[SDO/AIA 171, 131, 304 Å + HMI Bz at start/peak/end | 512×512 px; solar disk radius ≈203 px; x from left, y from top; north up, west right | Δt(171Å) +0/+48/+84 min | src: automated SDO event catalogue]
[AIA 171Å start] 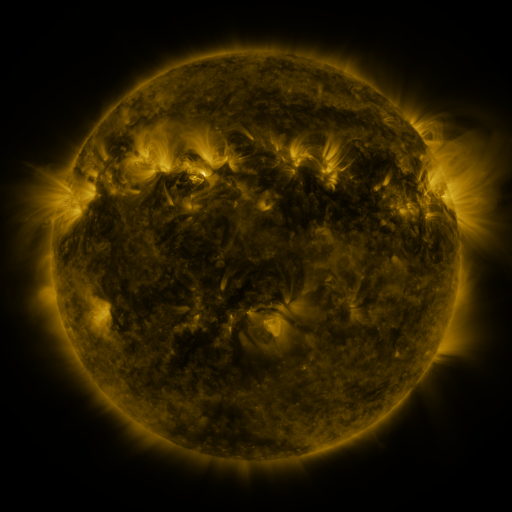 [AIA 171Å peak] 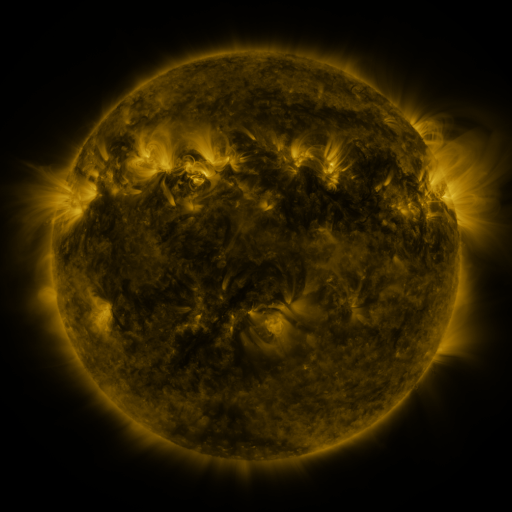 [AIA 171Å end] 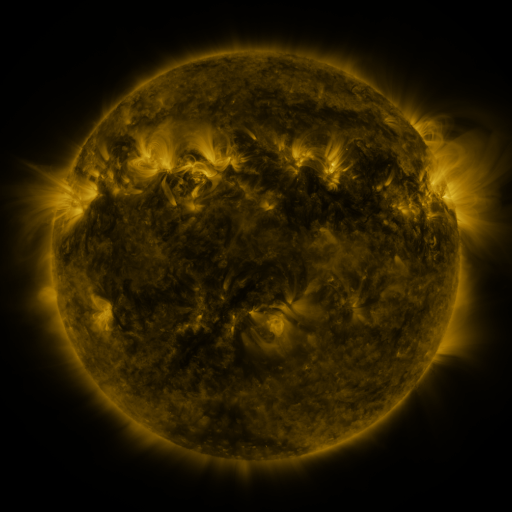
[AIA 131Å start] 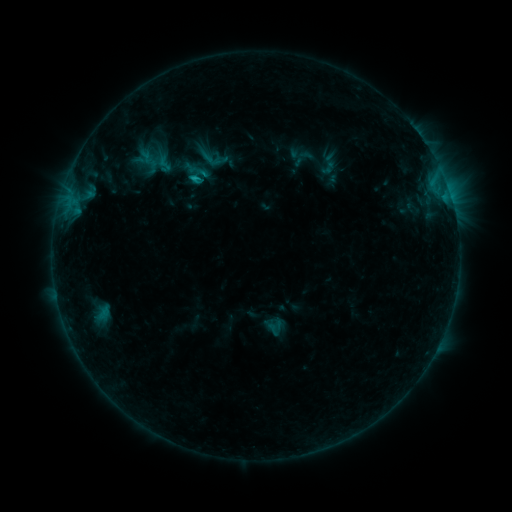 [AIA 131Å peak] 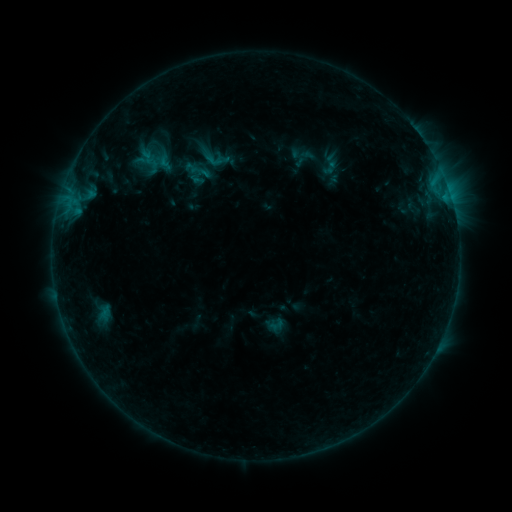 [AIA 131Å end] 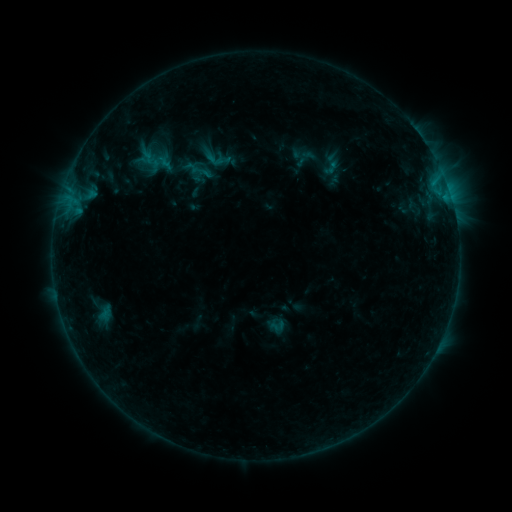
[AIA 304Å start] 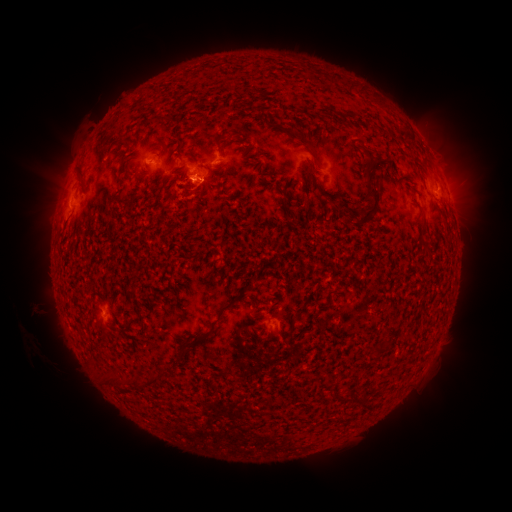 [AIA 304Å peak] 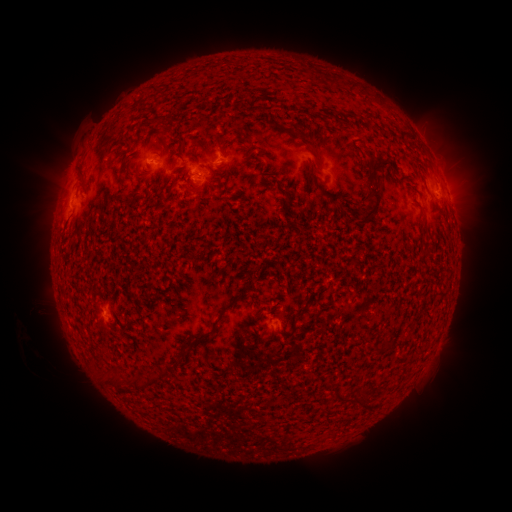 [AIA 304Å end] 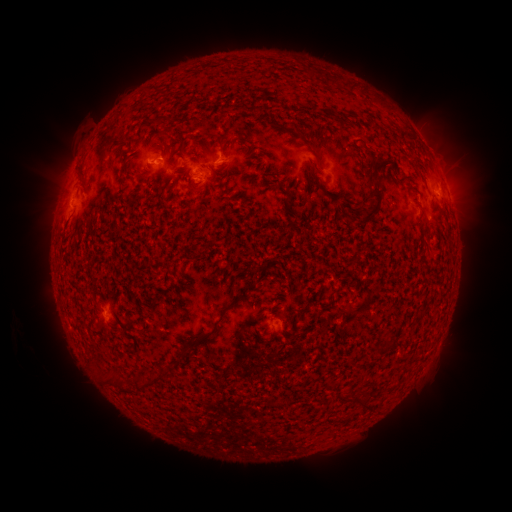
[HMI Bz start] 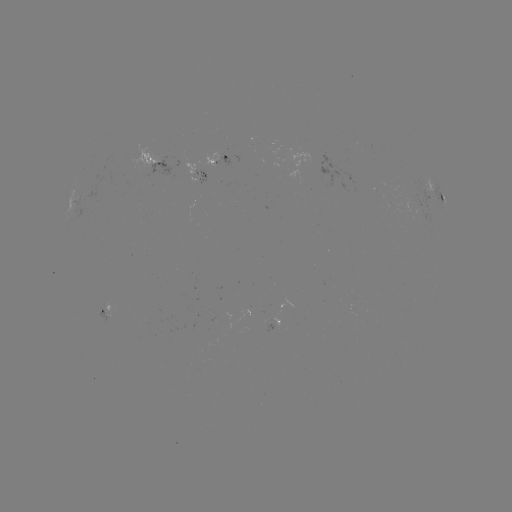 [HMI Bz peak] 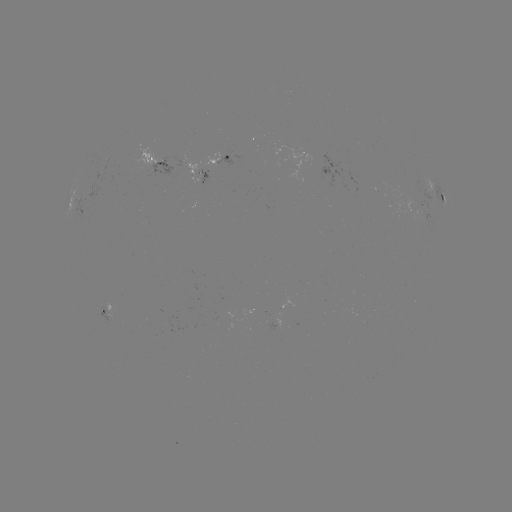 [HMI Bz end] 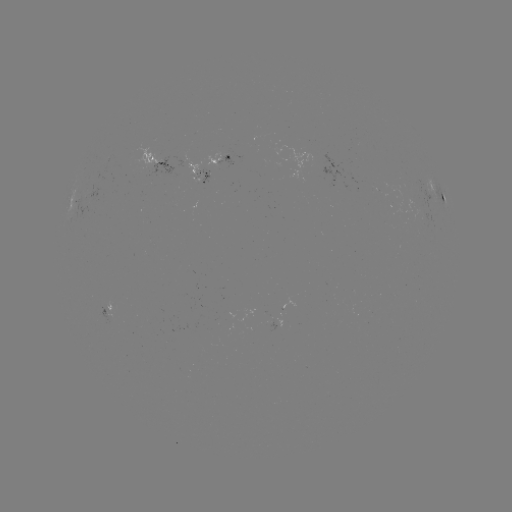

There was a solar emerging-flux region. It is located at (200, 176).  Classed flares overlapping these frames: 1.